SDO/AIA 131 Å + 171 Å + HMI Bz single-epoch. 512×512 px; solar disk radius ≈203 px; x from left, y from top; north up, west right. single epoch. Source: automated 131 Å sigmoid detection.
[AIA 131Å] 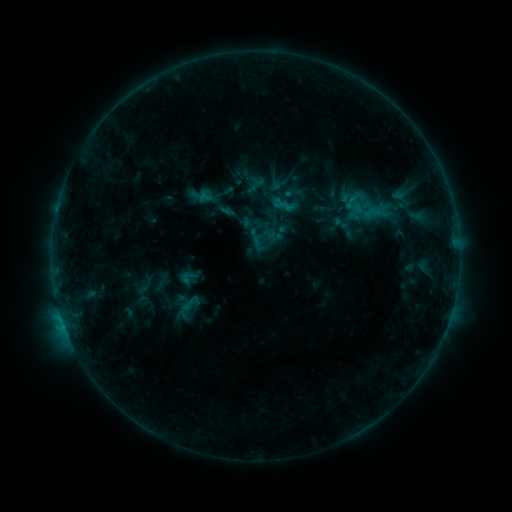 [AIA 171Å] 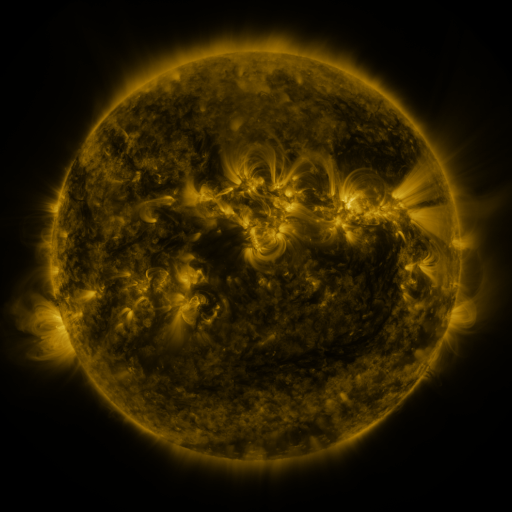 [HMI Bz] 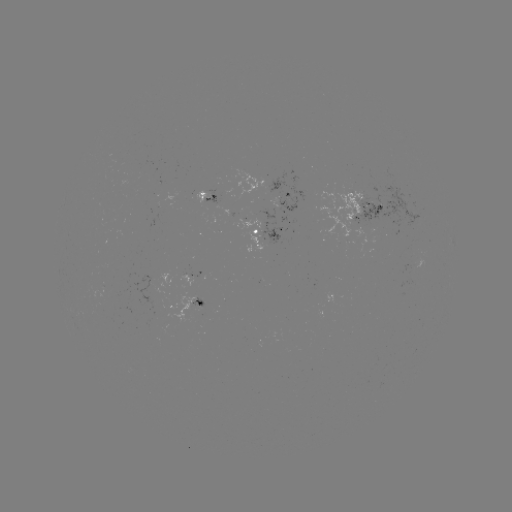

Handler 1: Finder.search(sigmoid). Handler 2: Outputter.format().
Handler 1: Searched sigmoid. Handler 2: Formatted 356,203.